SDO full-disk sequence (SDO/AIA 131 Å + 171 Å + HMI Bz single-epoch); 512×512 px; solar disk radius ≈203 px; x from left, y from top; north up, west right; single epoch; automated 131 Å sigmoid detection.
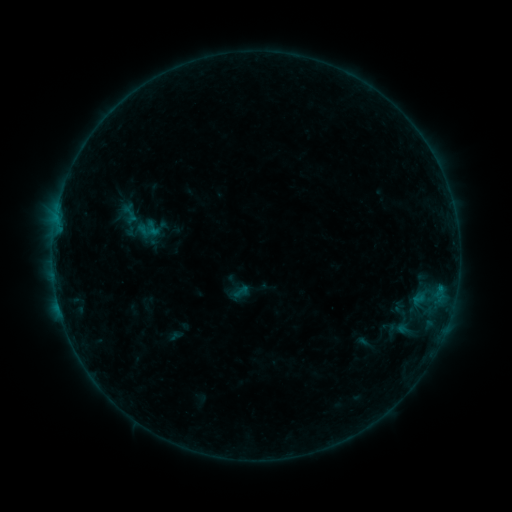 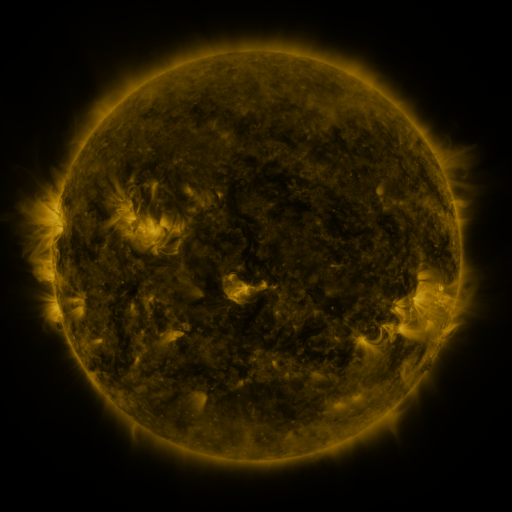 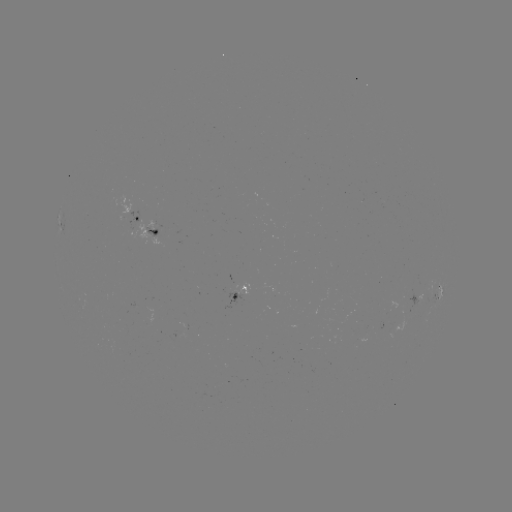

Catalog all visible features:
sigmoid: (136, 221, 154, 240)
sigmoid: (232, 282, 250, 301)
